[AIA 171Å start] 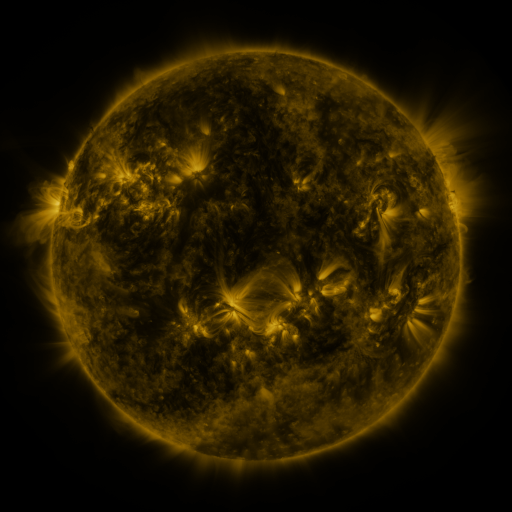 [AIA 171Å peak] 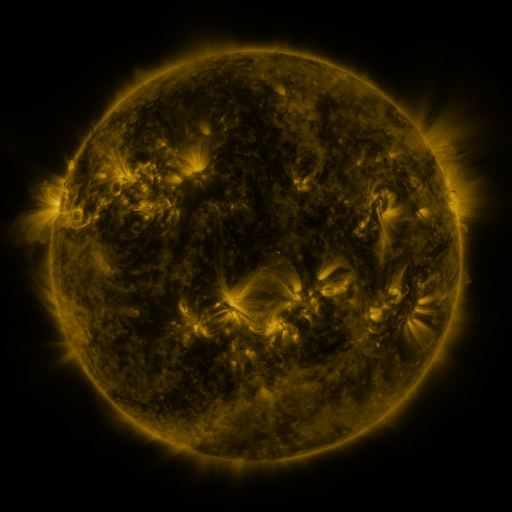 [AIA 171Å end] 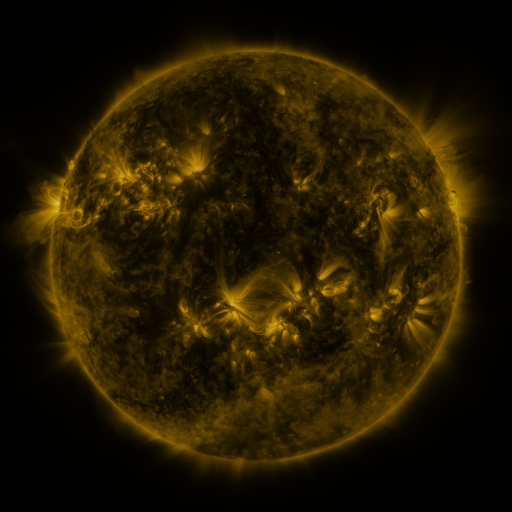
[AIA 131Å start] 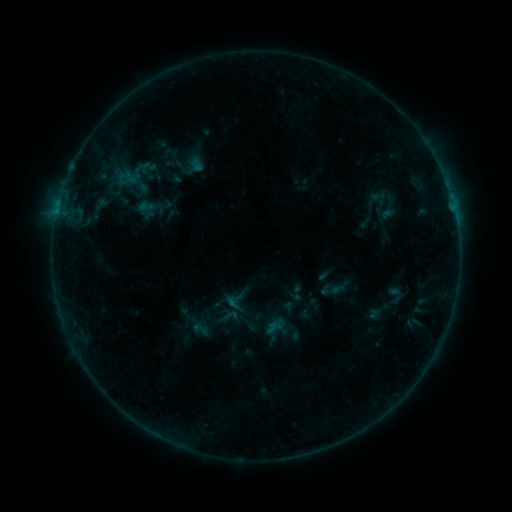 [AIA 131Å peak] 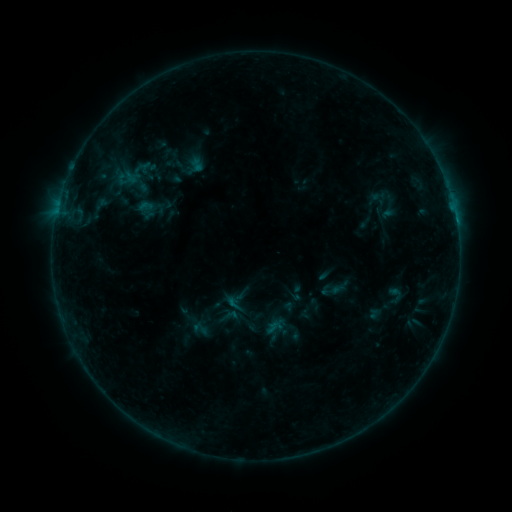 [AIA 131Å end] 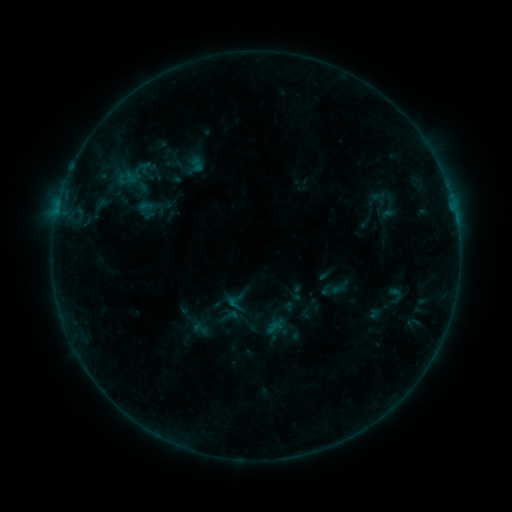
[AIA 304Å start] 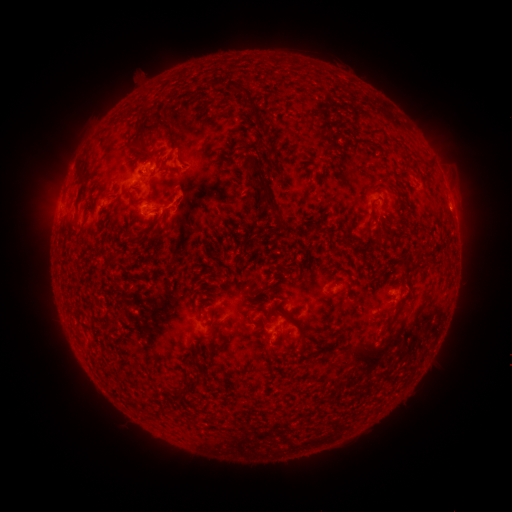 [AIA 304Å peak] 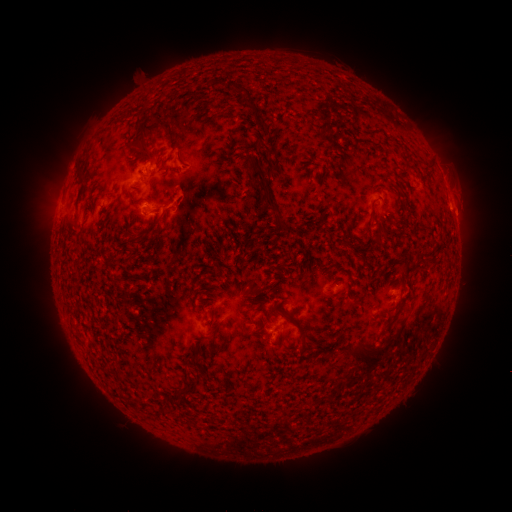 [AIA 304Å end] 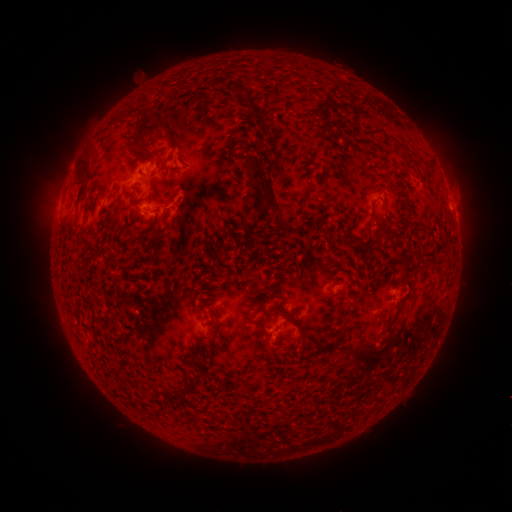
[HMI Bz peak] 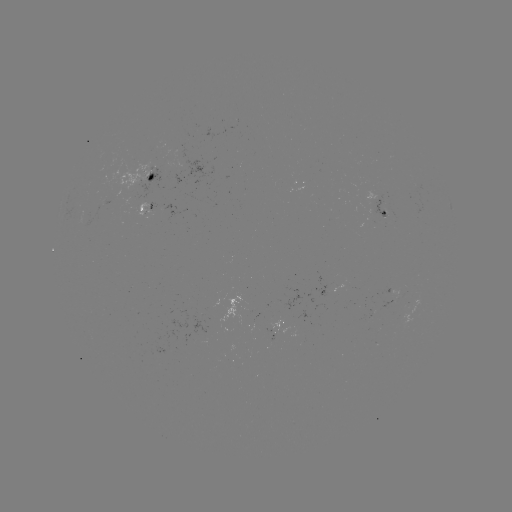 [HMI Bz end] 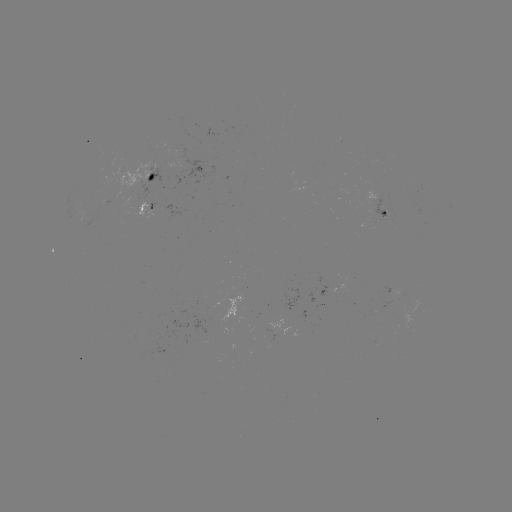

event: flare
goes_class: C1.3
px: (455, 220)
